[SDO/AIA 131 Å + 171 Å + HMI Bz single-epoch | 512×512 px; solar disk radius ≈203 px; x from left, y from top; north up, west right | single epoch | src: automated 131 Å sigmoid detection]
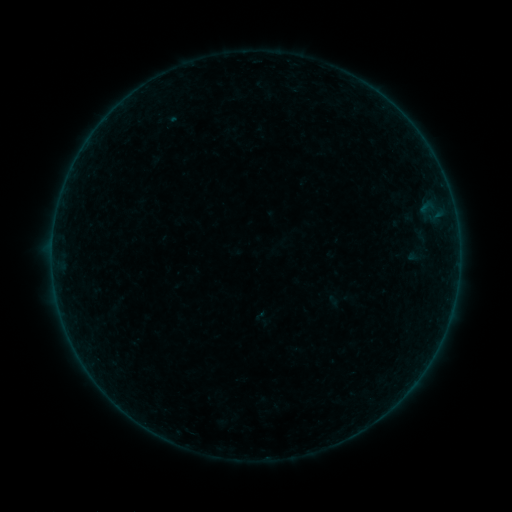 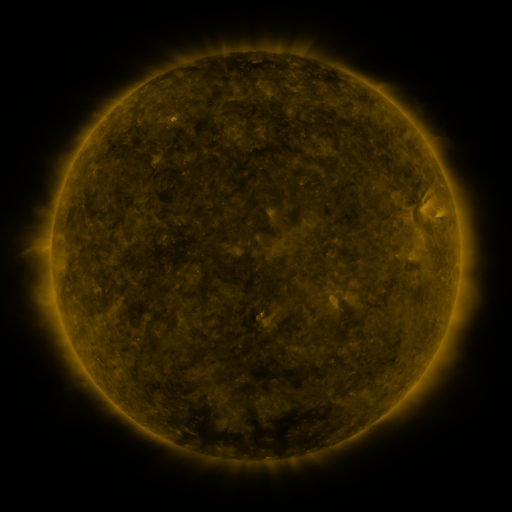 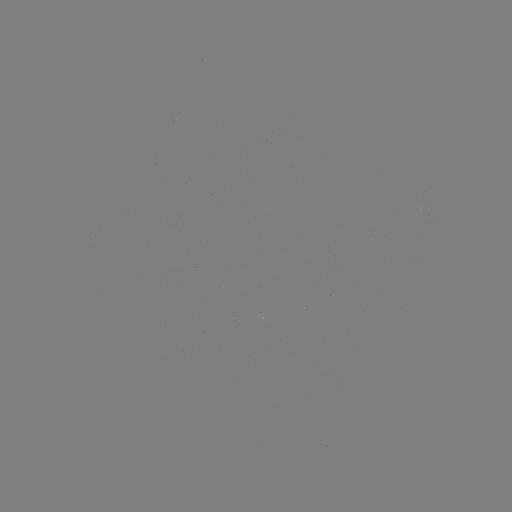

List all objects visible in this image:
sigmoid: (398, 199, 423, 226)
